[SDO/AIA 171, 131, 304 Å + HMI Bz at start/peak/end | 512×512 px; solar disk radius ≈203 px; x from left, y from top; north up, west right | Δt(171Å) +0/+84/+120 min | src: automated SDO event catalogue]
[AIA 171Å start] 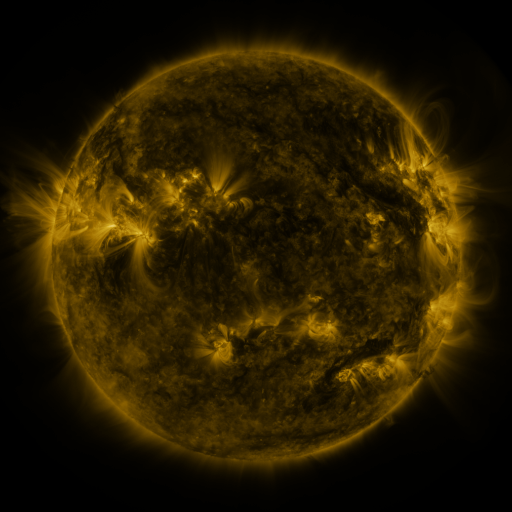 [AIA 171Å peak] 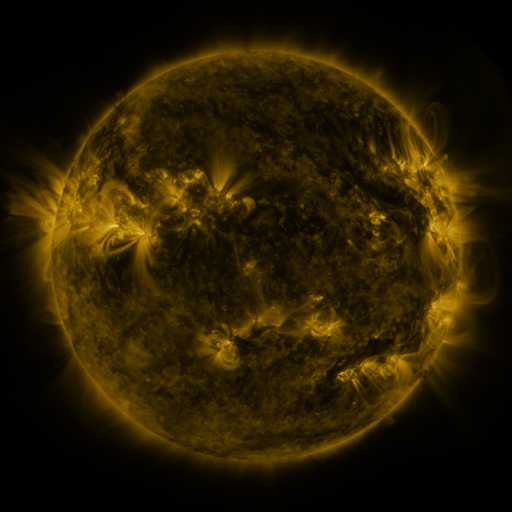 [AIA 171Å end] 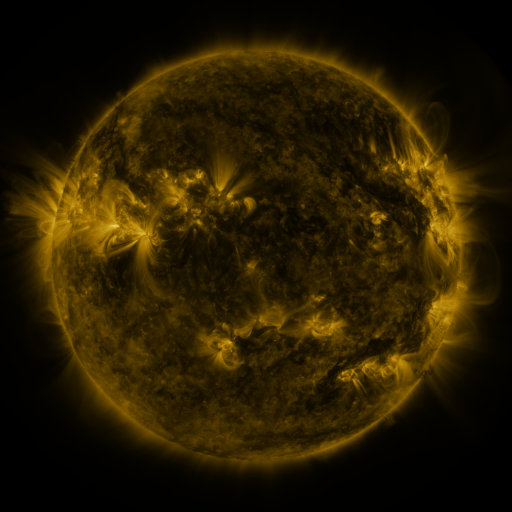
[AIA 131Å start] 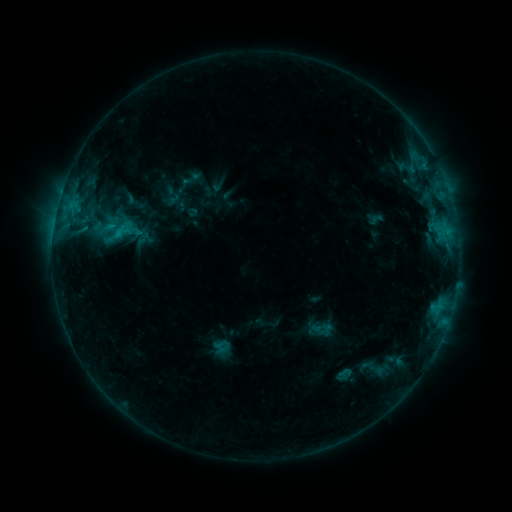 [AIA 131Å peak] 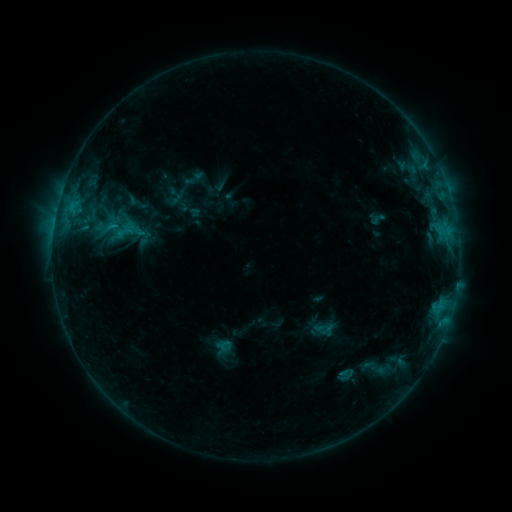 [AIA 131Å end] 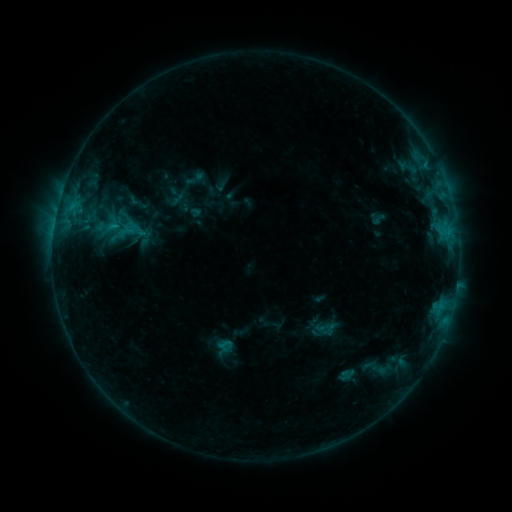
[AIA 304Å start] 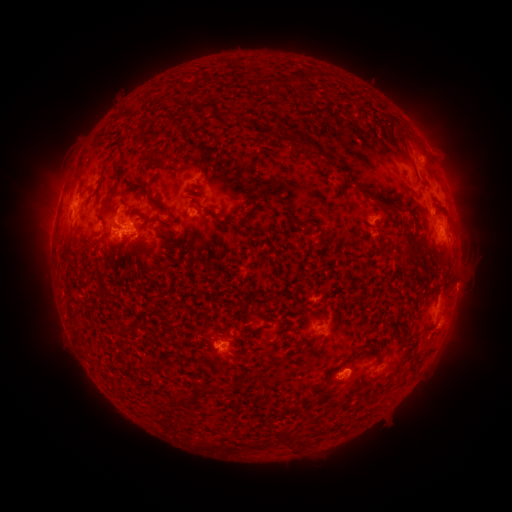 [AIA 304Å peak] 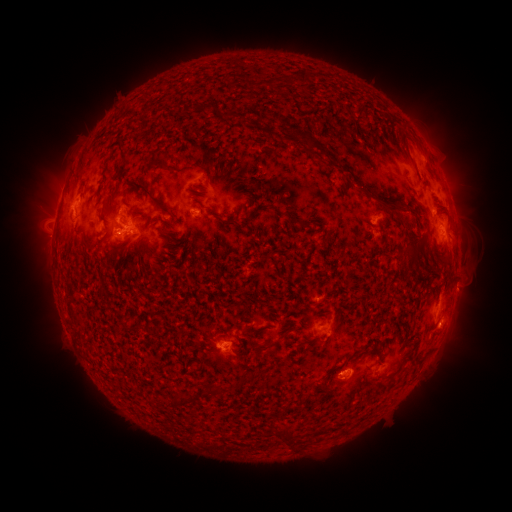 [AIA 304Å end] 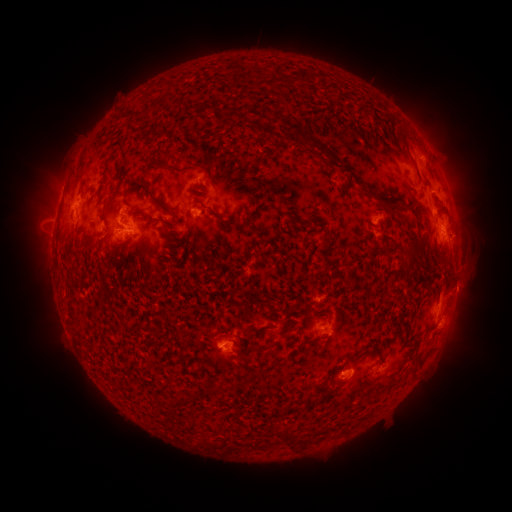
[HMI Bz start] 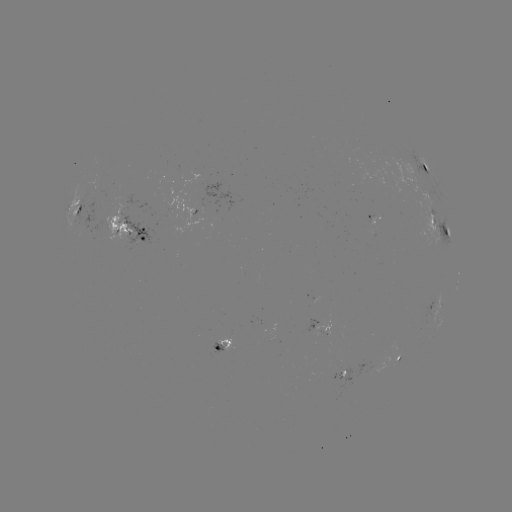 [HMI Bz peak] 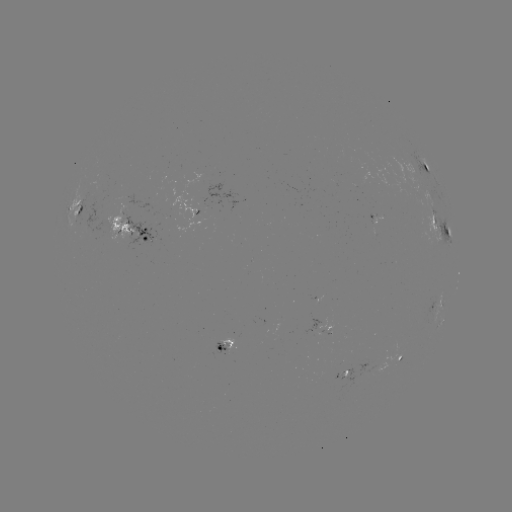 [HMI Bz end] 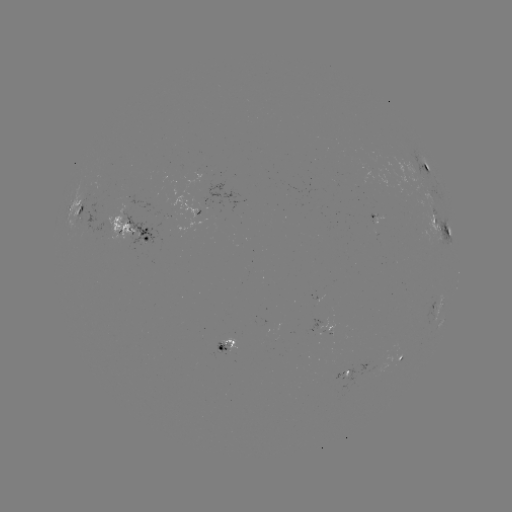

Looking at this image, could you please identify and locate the emerging-flux region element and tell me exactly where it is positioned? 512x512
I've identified emerging-flux region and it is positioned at (371, 124).